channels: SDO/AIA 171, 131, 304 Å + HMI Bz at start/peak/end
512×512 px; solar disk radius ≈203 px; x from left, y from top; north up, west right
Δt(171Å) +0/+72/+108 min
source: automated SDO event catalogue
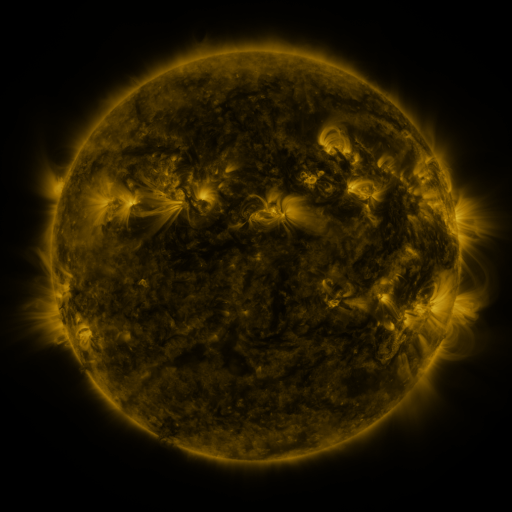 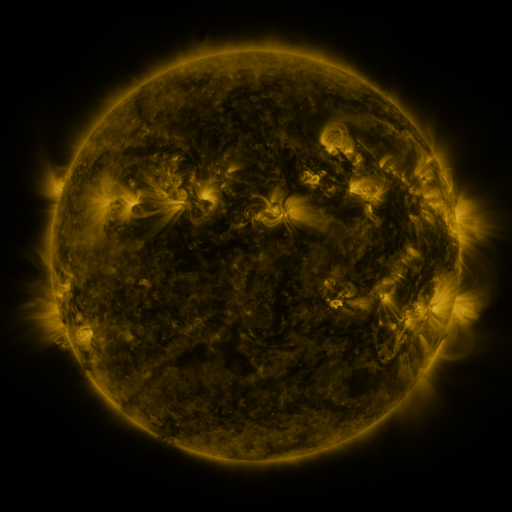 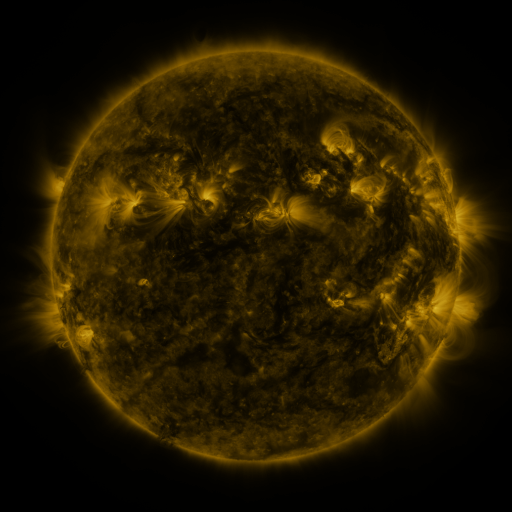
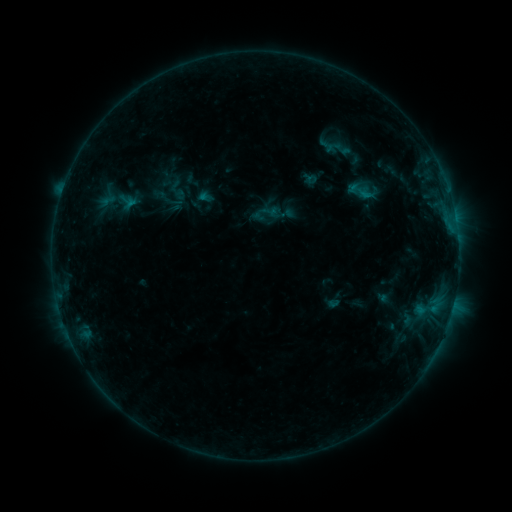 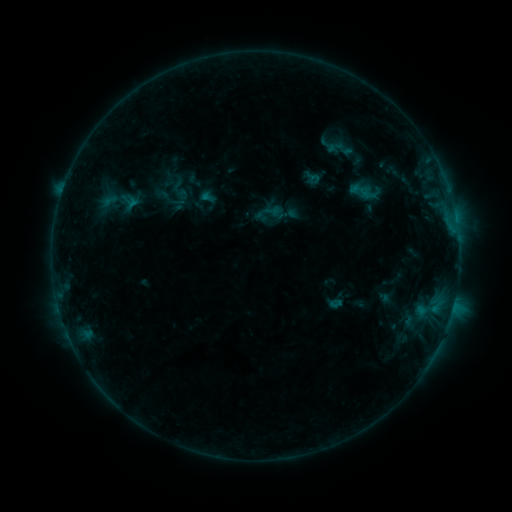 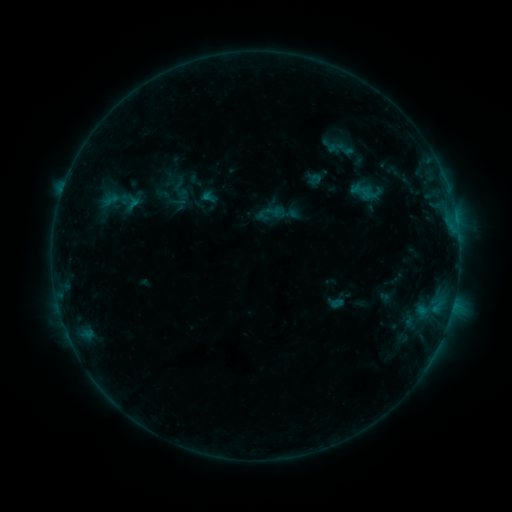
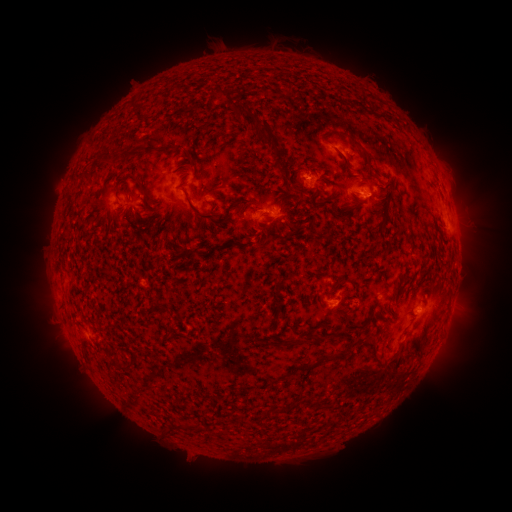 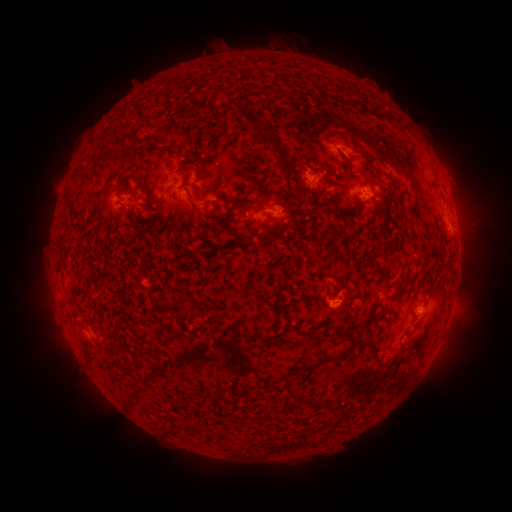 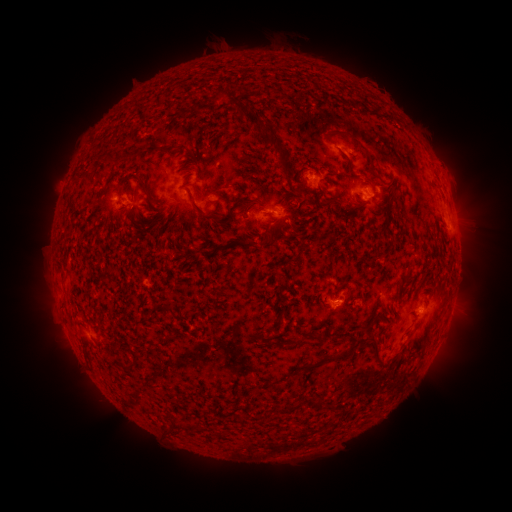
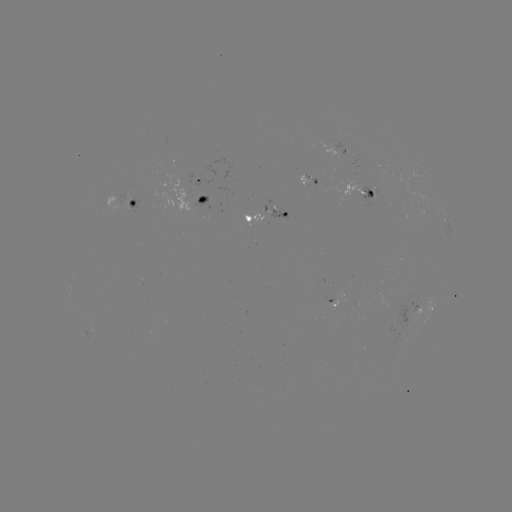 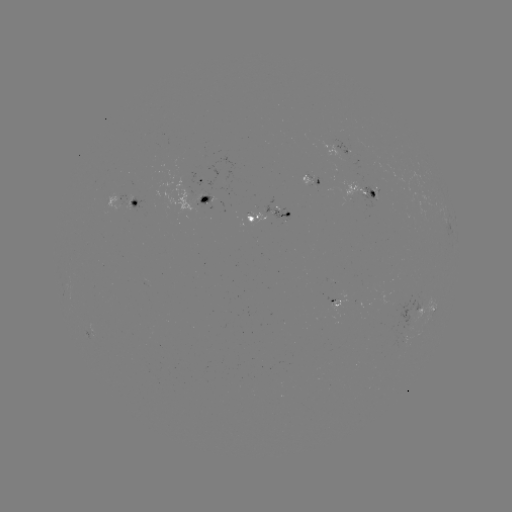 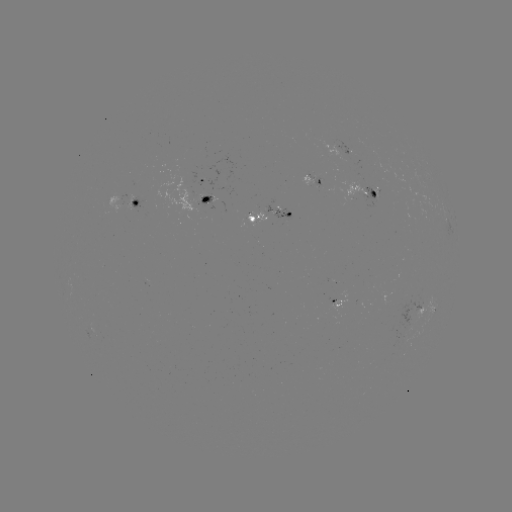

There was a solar emerging-flux region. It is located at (127, 198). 